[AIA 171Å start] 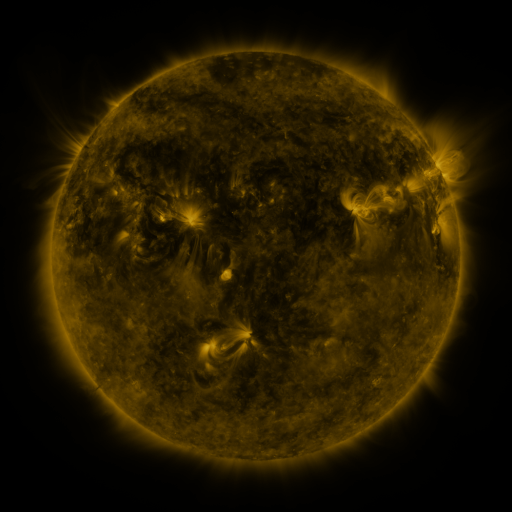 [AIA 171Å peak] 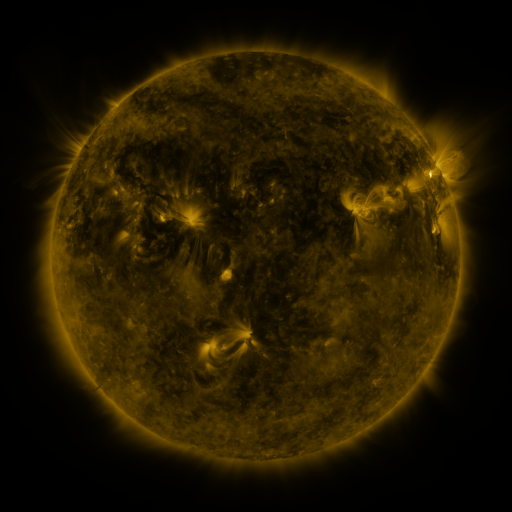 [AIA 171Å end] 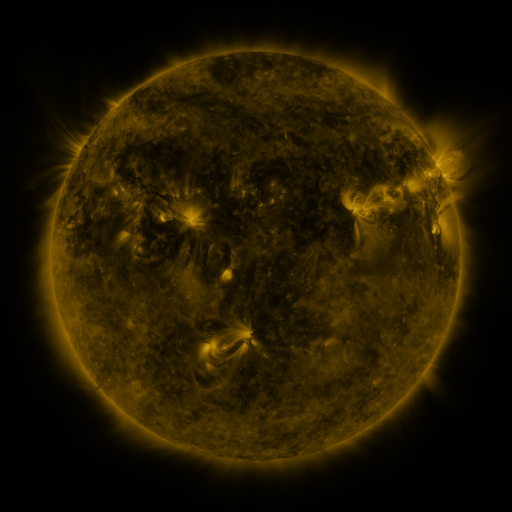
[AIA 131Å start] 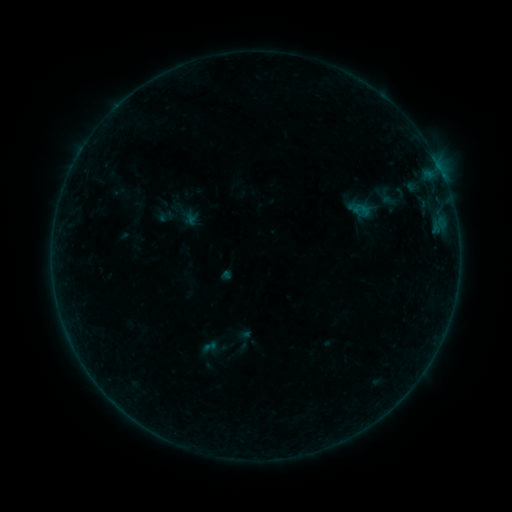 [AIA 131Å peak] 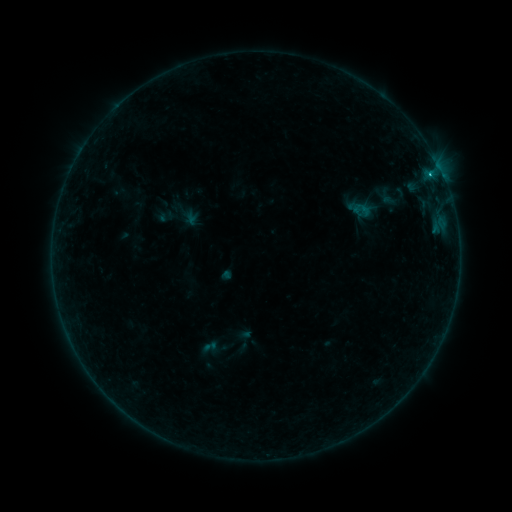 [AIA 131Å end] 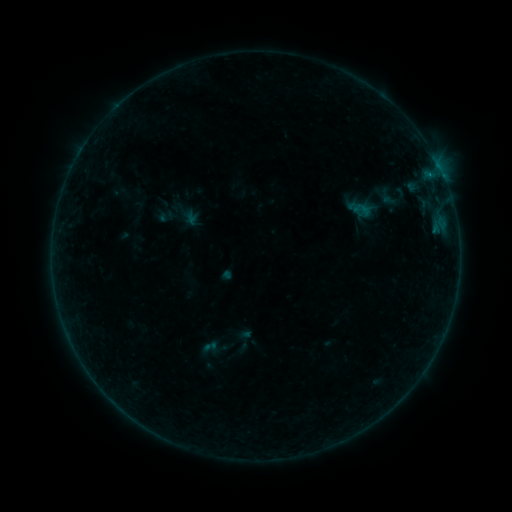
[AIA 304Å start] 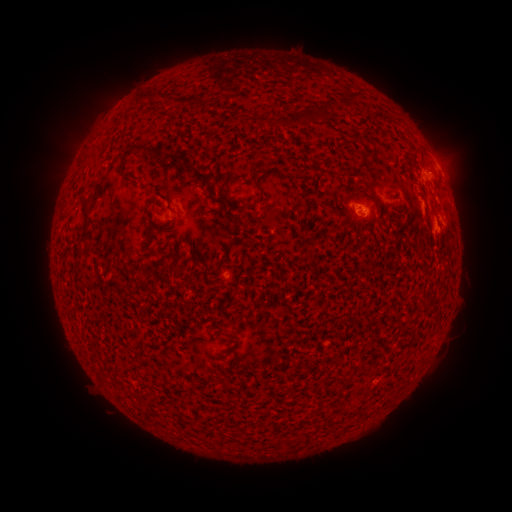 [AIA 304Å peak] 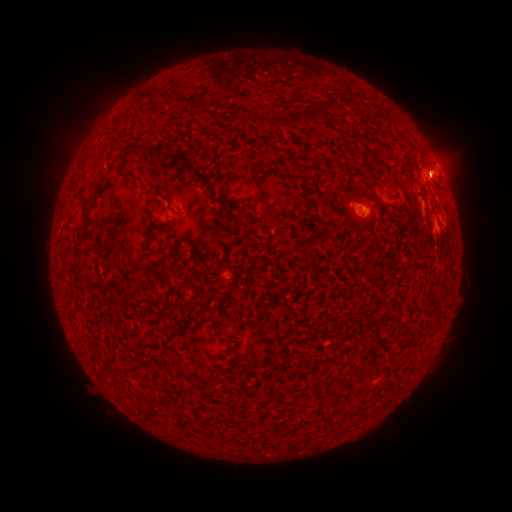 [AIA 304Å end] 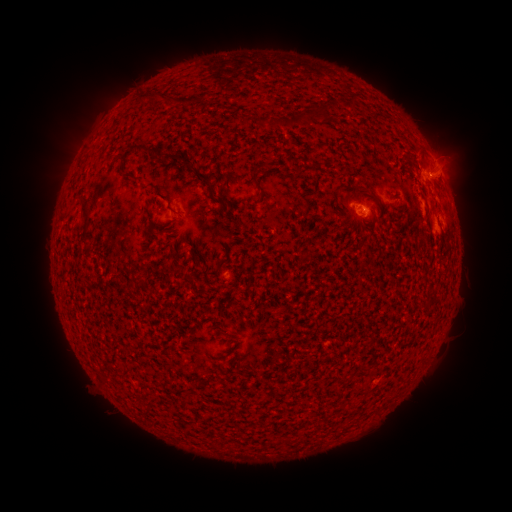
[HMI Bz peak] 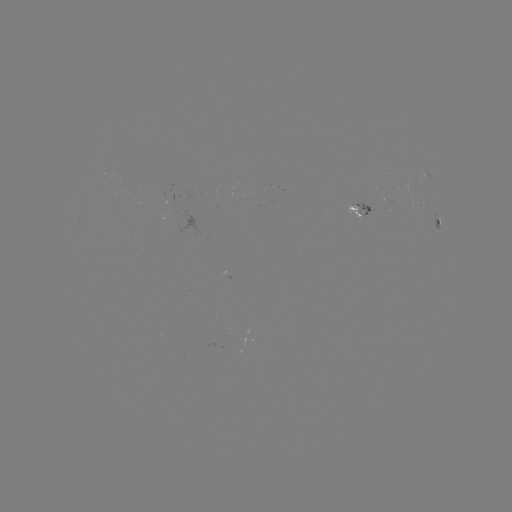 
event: flare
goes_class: B4.3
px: (432, 177)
